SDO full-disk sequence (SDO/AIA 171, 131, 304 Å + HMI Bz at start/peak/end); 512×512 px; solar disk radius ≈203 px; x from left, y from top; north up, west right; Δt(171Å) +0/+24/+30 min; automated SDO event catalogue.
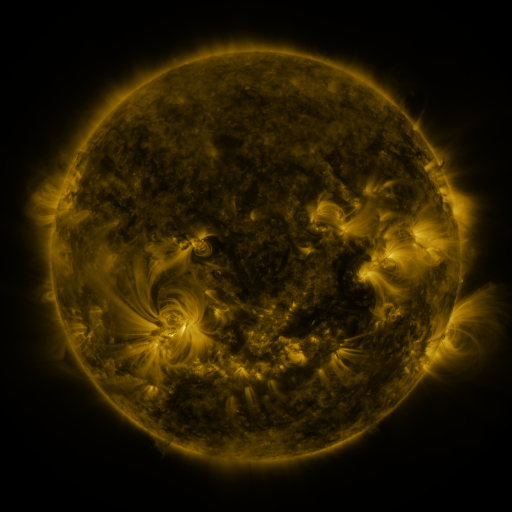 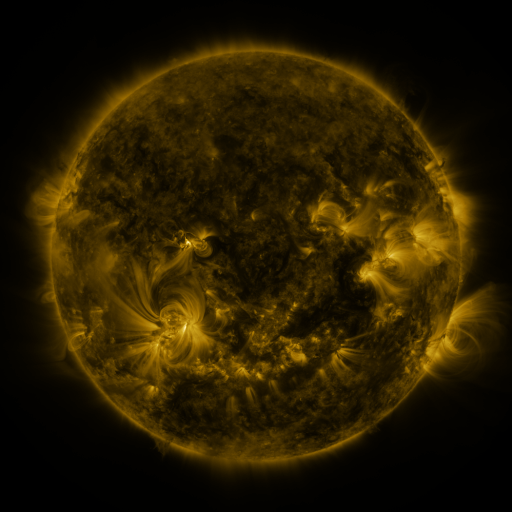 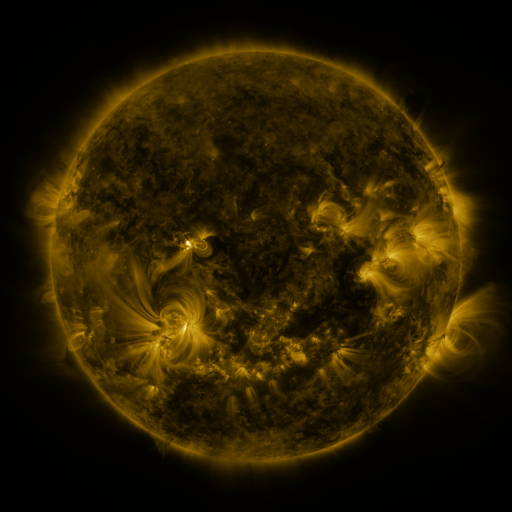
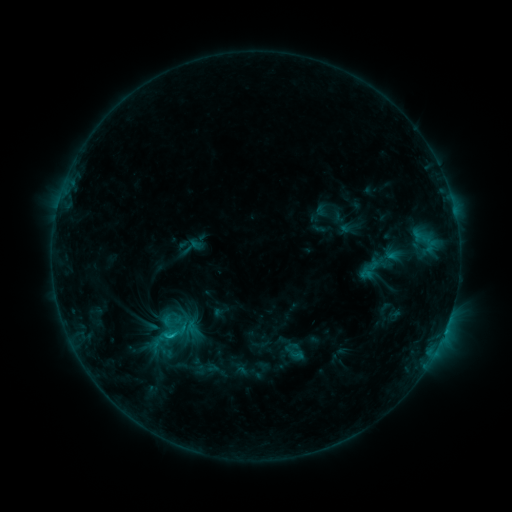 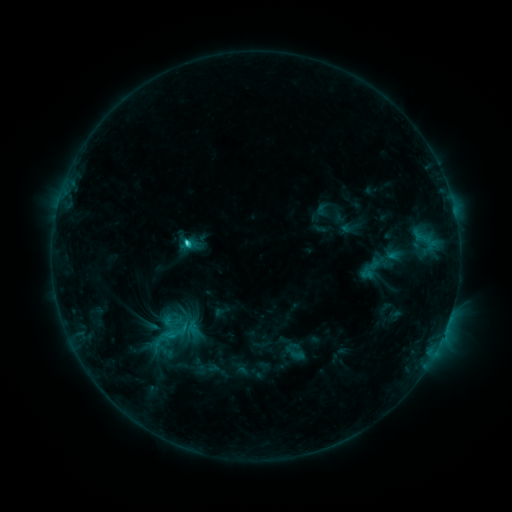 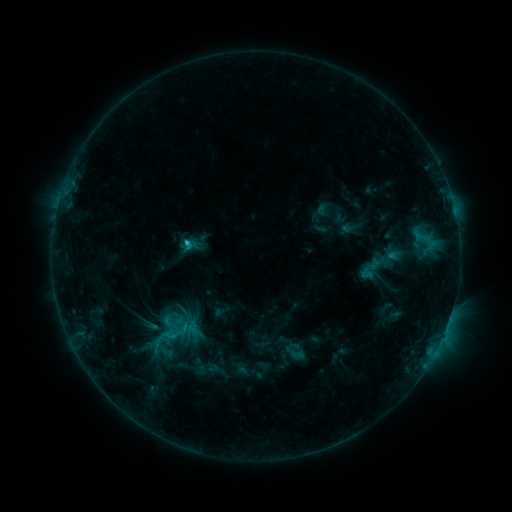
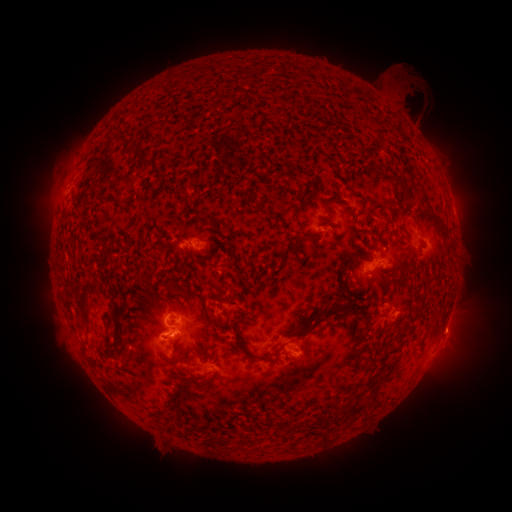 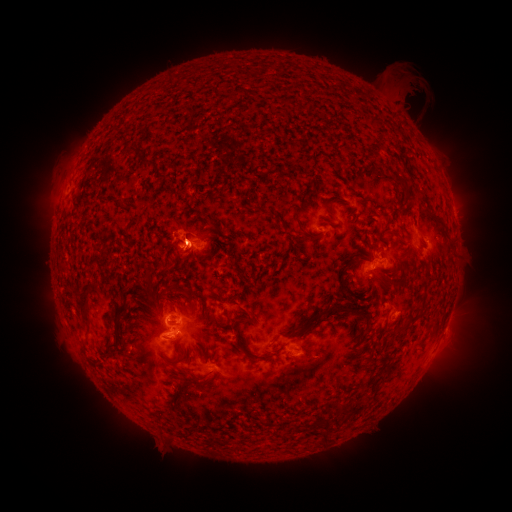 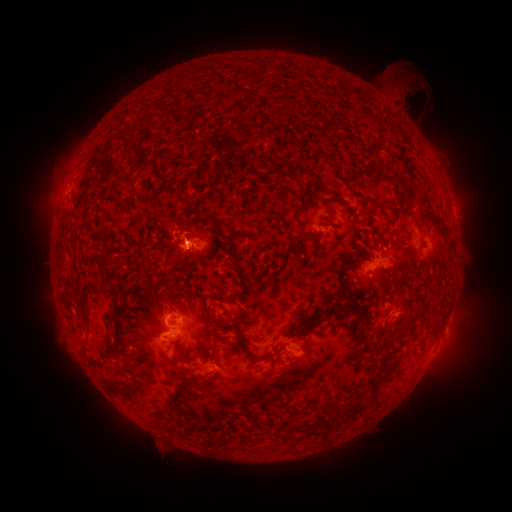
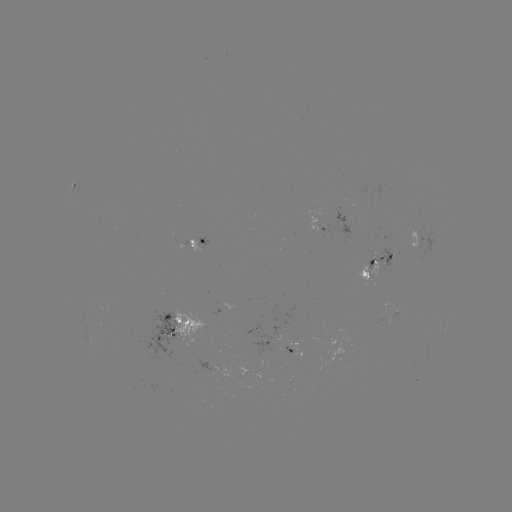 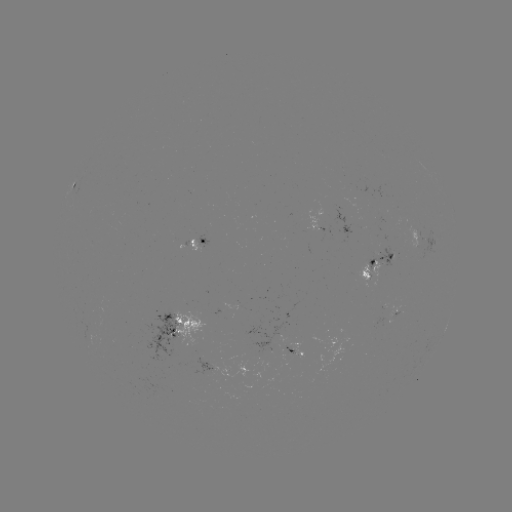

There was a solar flare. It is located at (190, 244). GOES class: C2.3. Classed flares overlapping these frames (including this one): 1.